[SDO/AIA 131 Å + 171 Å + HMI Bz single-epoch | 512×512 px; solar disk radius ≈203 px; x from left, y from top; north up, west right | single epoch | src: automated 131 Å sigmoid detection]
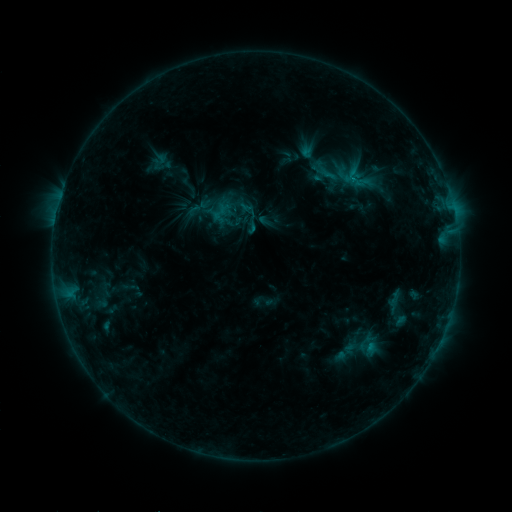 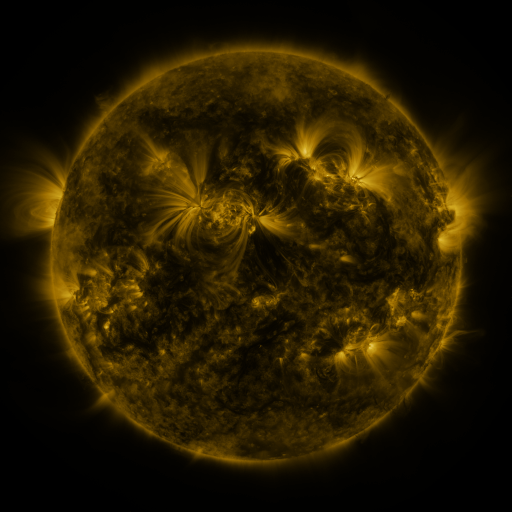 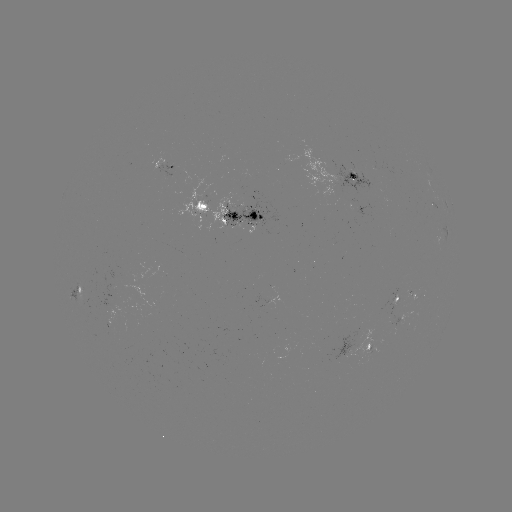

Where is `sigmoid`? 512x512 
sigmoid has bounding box [211, 204, 228, 221].